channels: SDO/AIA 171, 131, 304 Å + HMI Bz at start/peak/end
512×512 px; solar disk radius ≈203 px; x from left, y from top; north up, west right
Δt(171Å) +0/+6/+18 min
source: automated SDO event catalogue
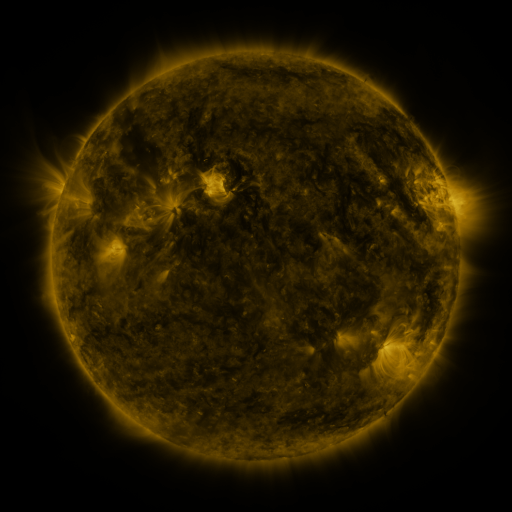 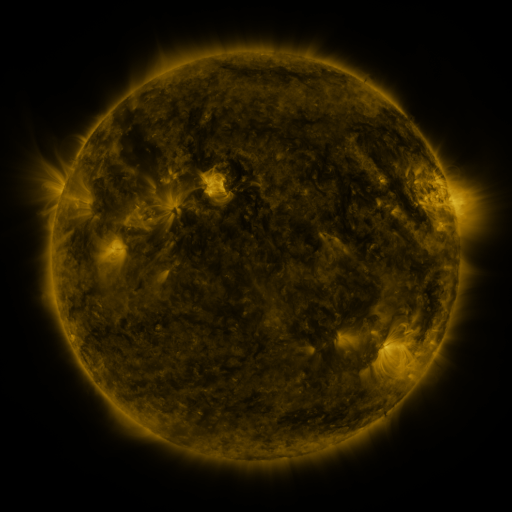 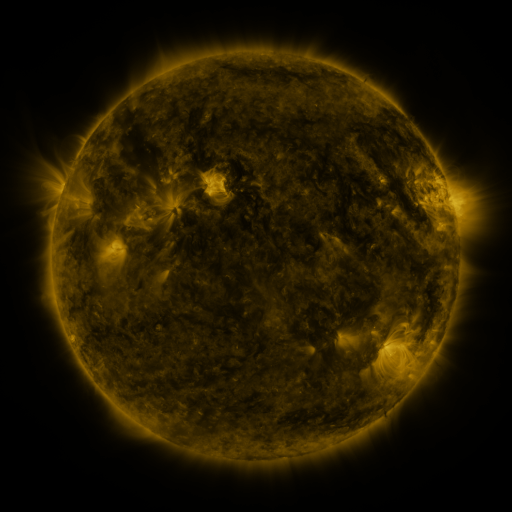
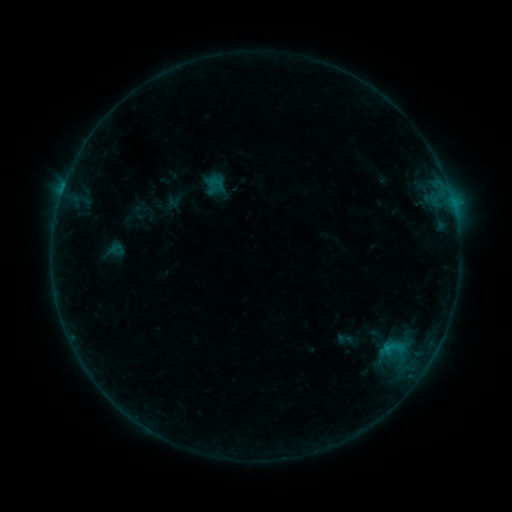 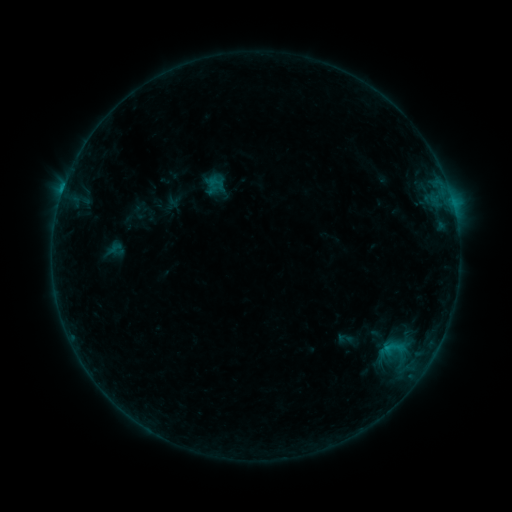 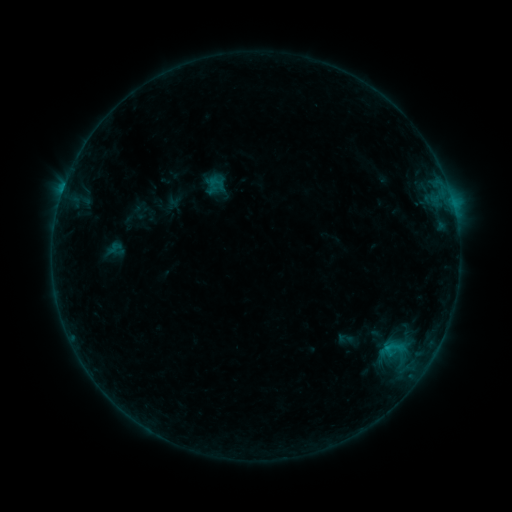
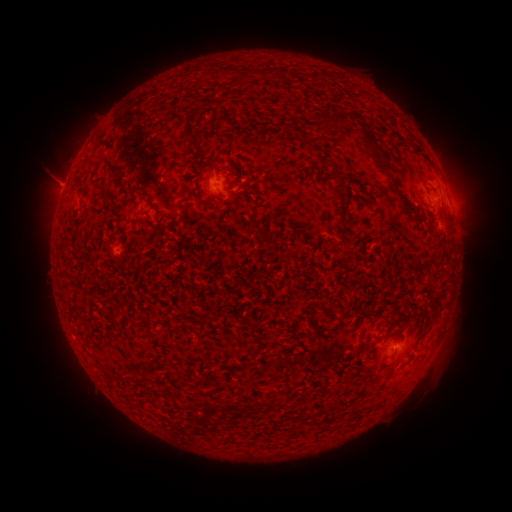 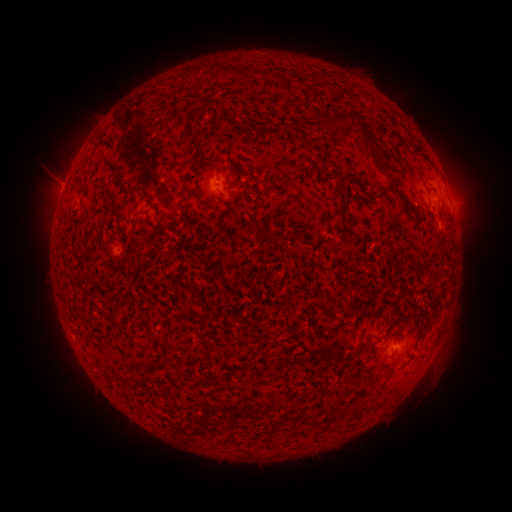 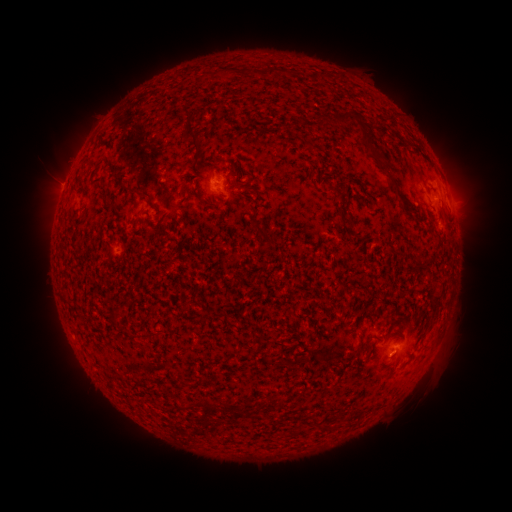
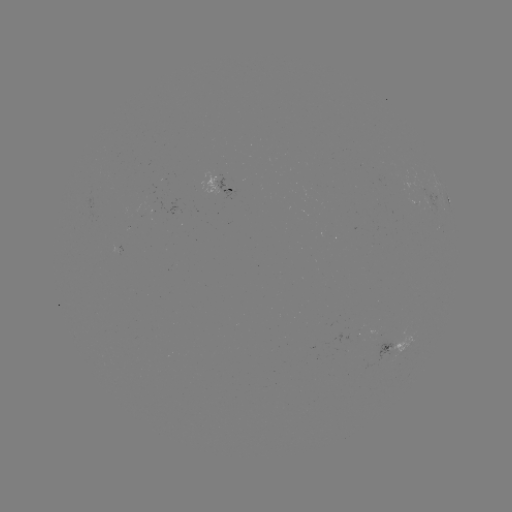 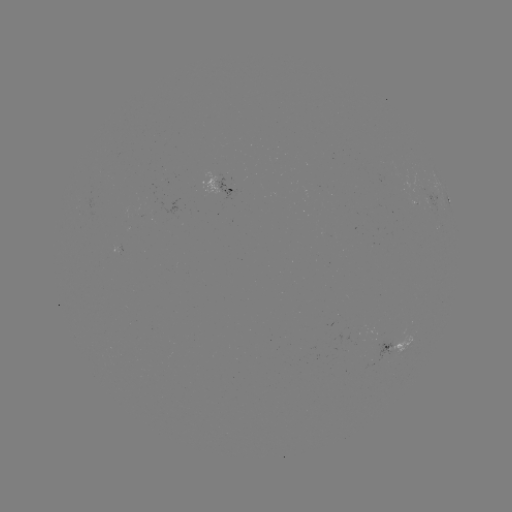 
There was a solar flare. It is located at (62, 194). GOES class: B4.1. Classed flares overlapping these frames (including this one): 1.